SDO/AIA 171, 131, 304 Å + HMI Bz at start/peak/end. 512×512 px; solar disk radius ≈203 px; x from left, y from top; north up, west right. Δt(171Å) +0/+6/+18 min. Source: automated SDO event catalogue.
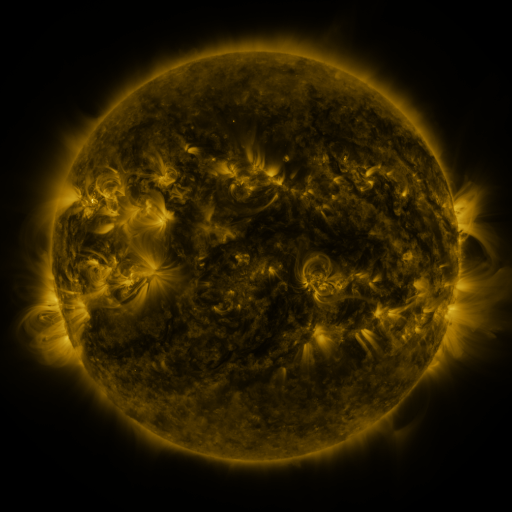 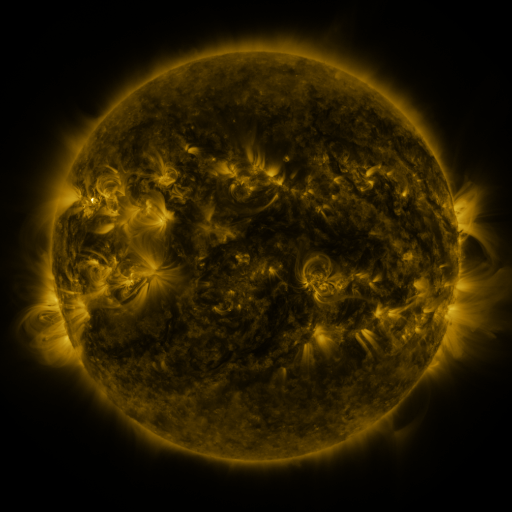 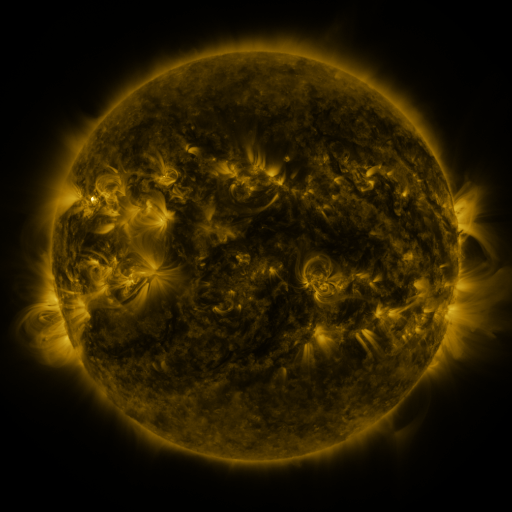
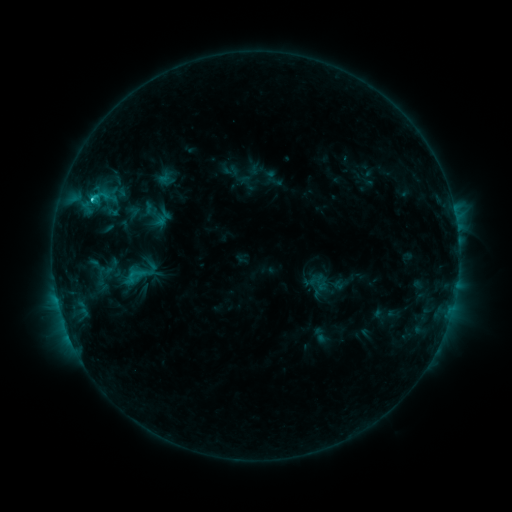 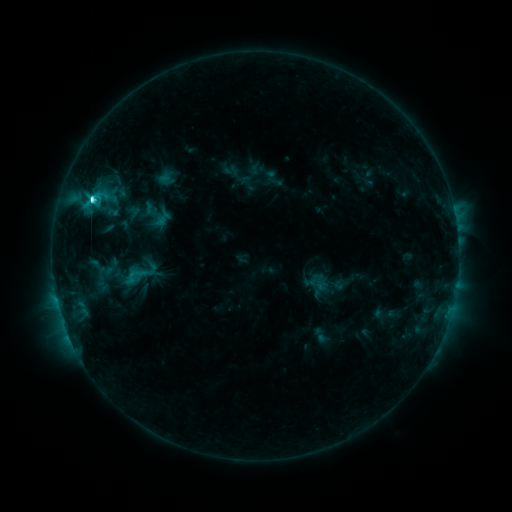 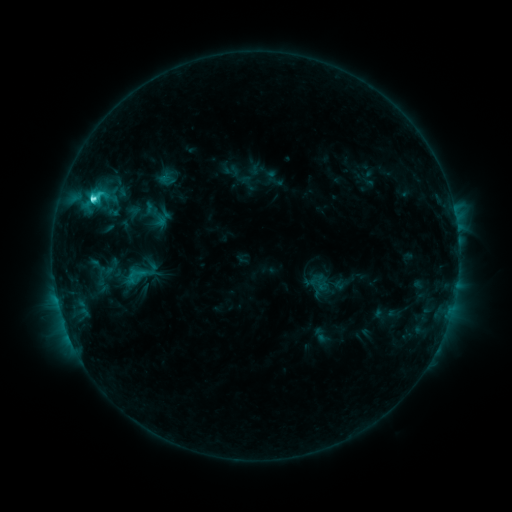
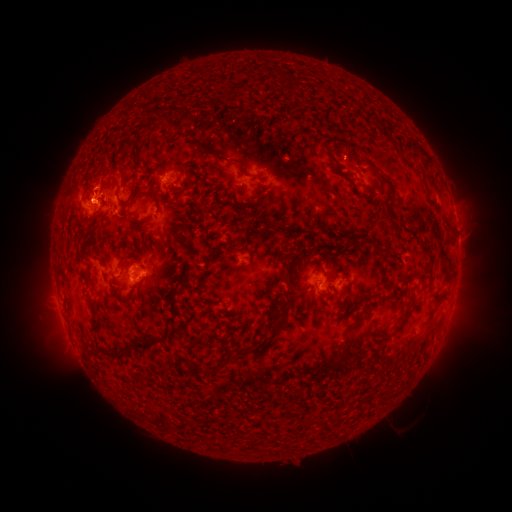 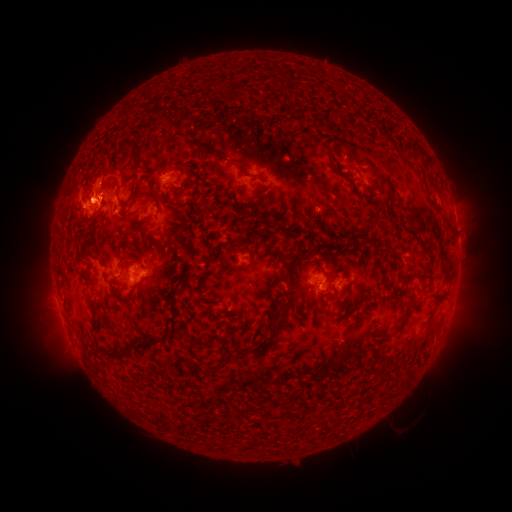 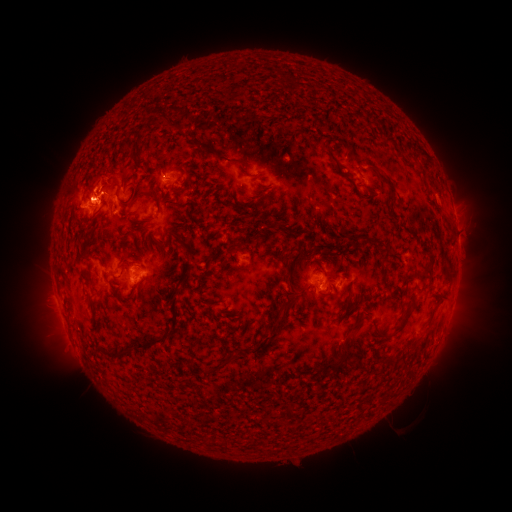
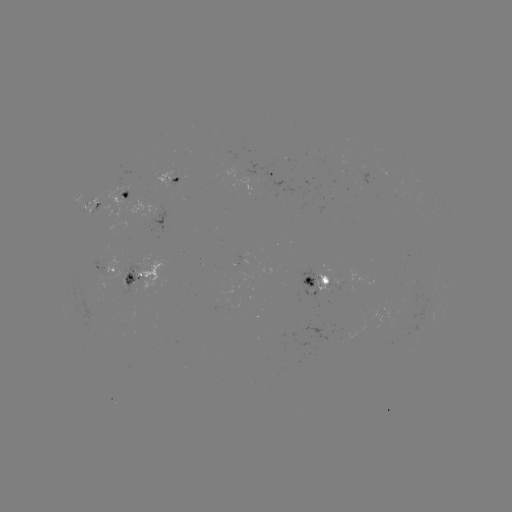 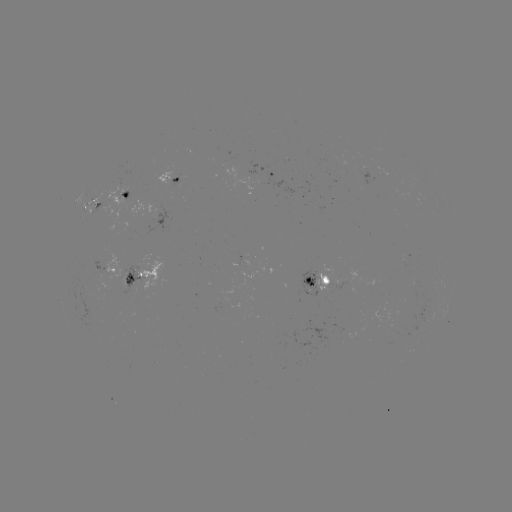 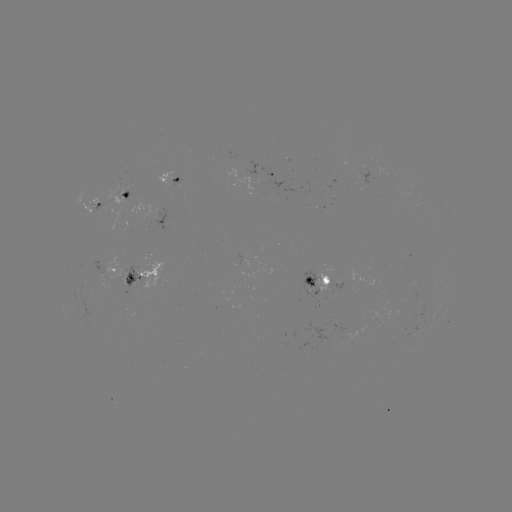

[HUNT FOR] C5.5 flare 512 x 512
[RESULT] (92, 201)